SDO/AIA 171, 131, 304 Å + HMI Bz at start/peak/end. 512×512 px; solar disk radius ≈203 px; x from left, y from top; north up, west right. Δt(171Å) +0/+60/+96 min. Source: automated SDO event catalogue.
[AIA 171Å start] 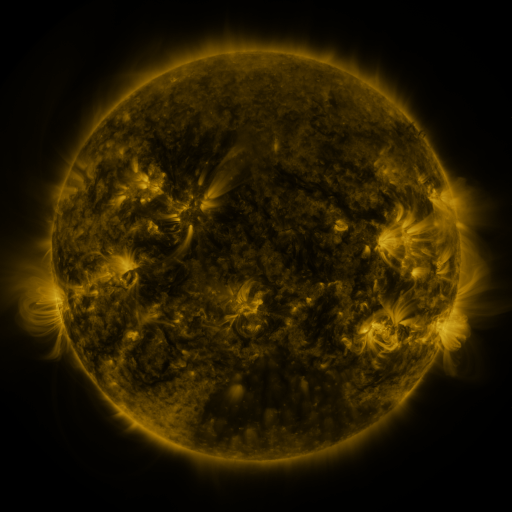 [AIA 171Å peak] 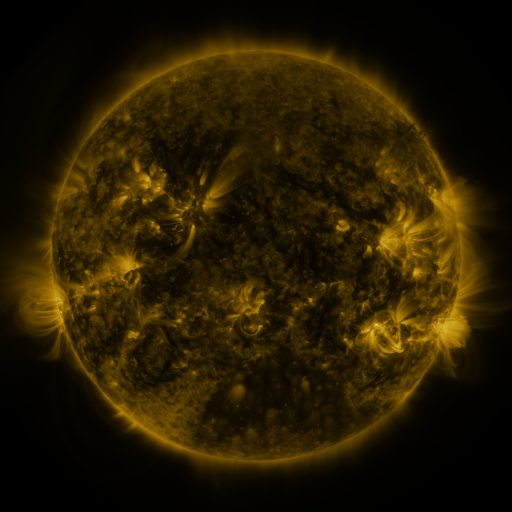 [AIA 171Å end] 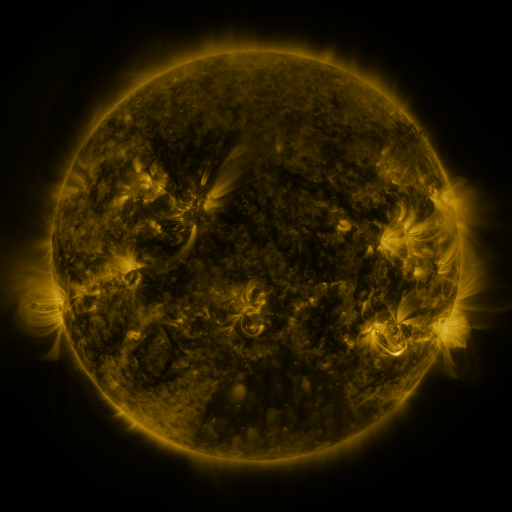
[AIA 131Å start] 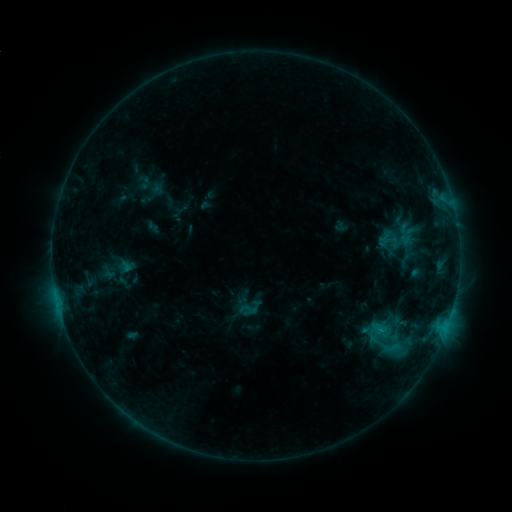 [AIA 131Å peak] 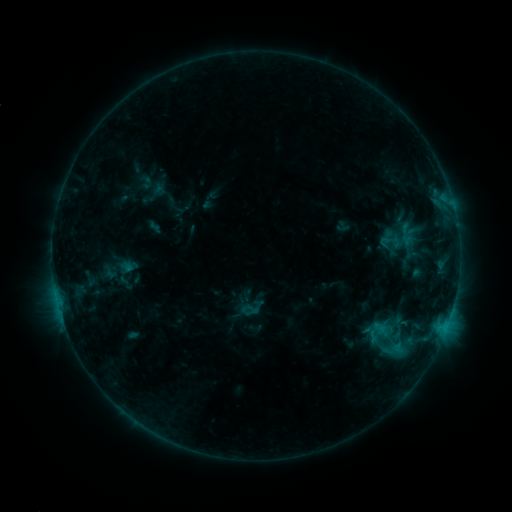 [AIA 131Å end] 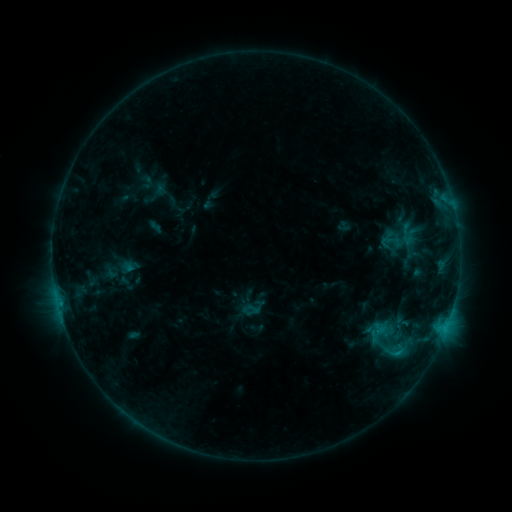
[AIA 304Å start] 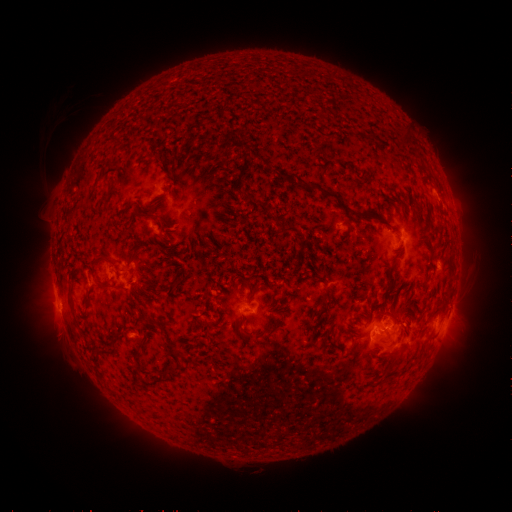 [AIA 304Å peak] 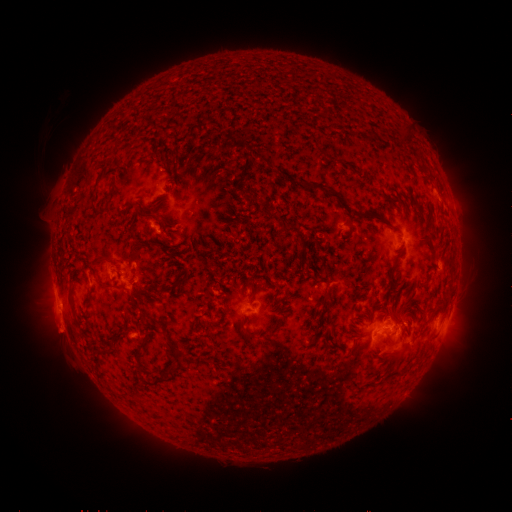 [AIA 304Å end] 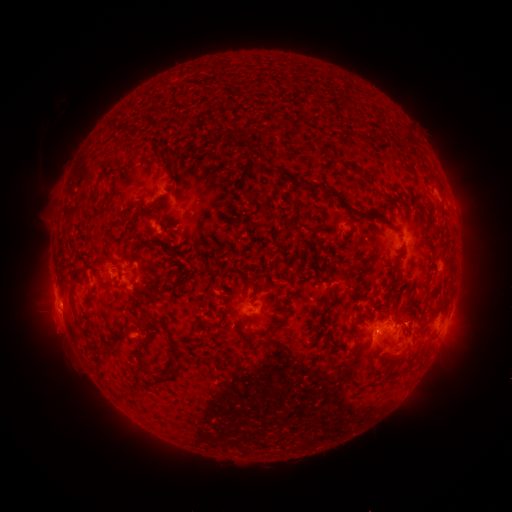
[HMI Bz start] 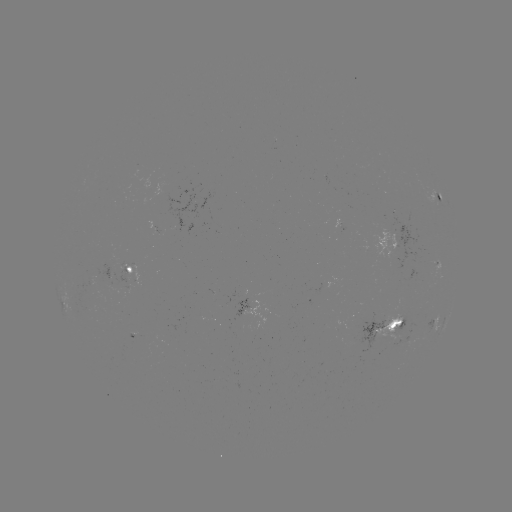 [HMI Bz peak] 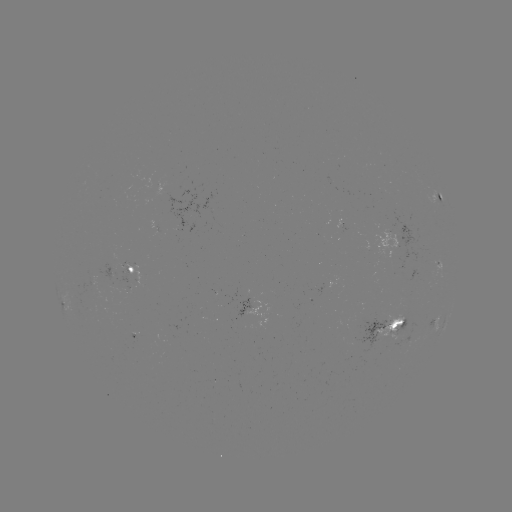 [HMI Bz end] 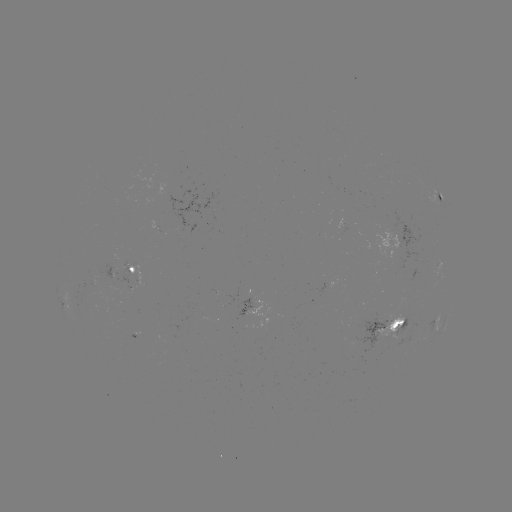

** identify emerging-flux region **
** [134, 335] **